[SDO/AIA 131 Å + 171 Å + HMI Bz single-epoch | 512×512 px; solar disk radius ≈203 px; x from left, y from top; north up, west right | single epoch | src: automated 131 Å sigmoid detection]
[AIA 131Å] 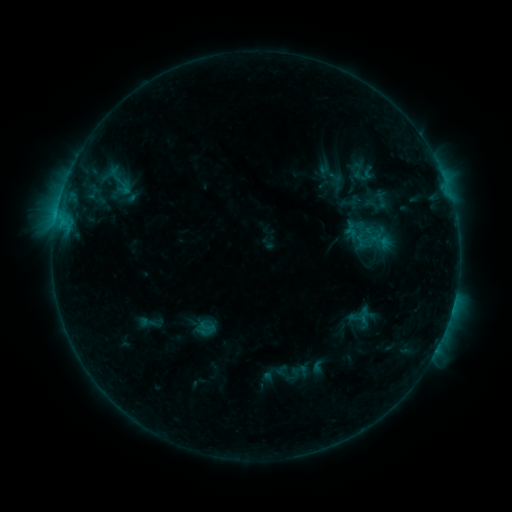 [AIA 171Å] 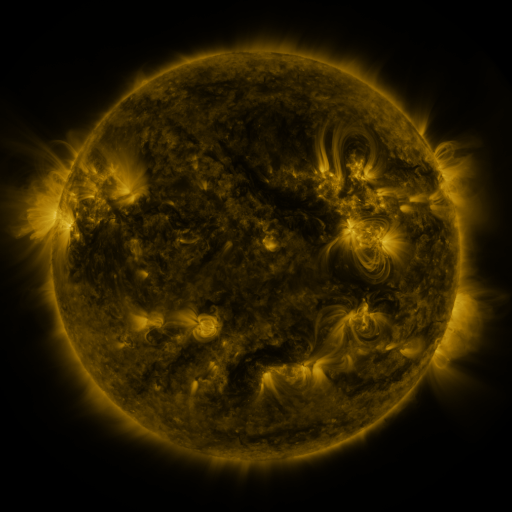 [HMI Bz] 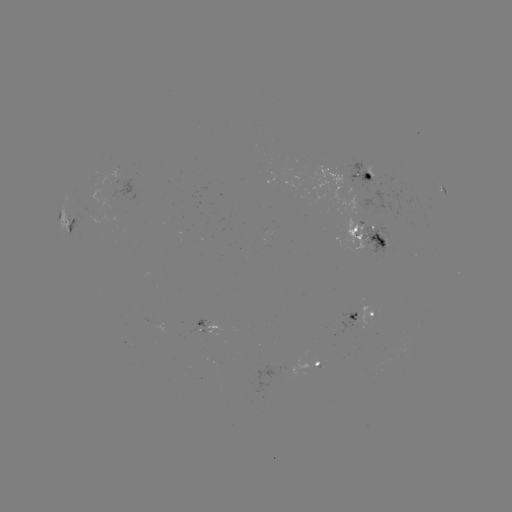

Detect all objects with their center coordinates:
sigmoid: (103, 163, 136, 200)
sigmoid: (363, 232, 380, 247)
sigmoid: (197, 318, 217, 336)
